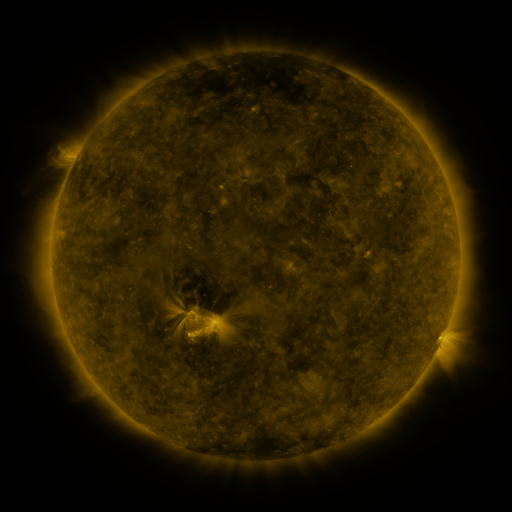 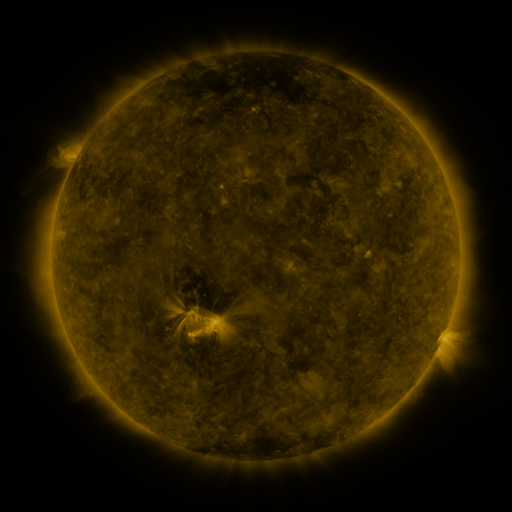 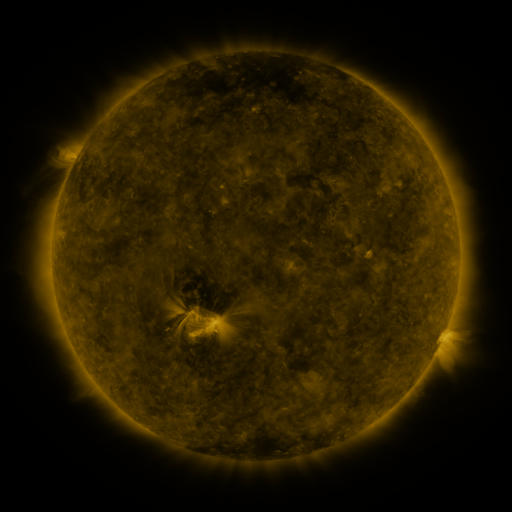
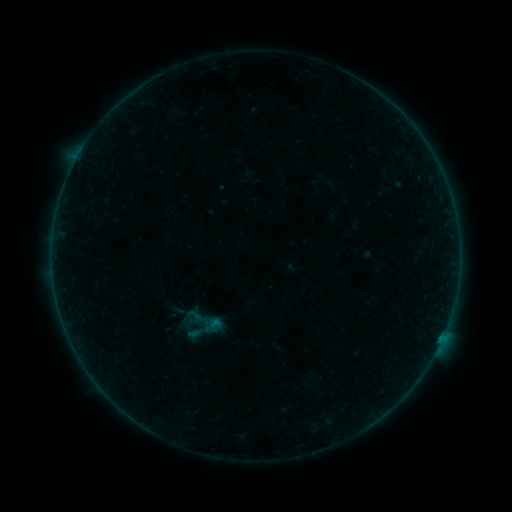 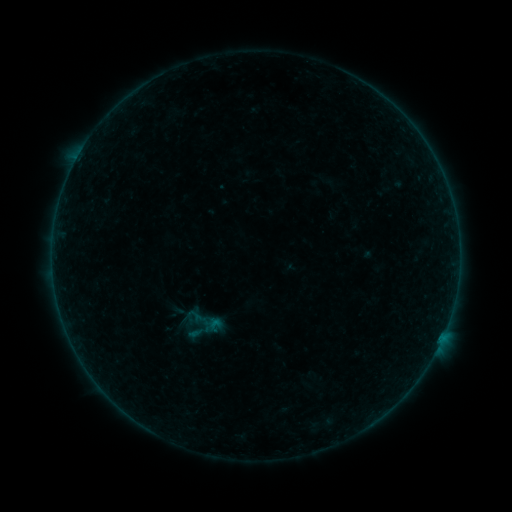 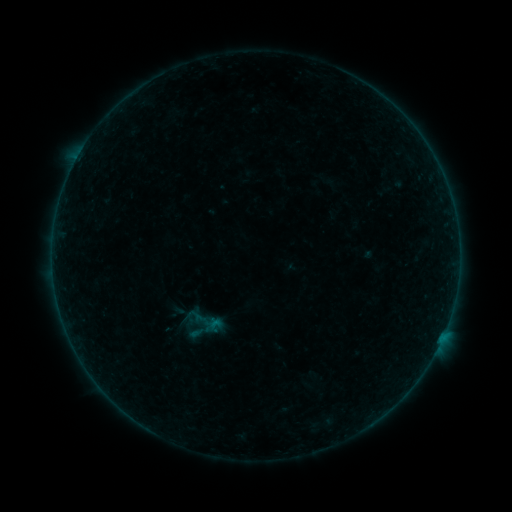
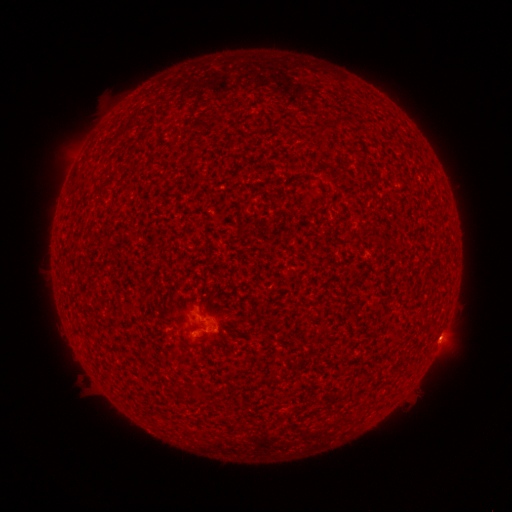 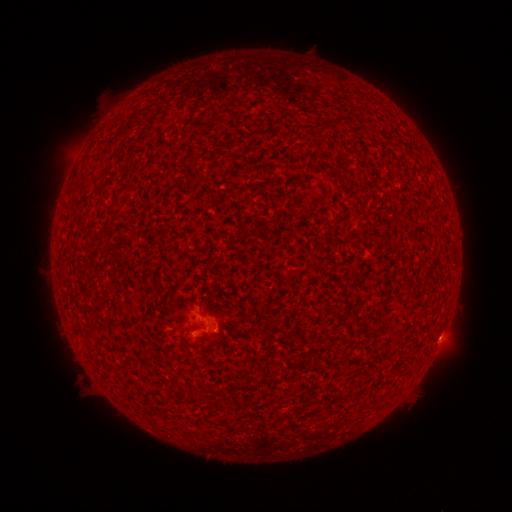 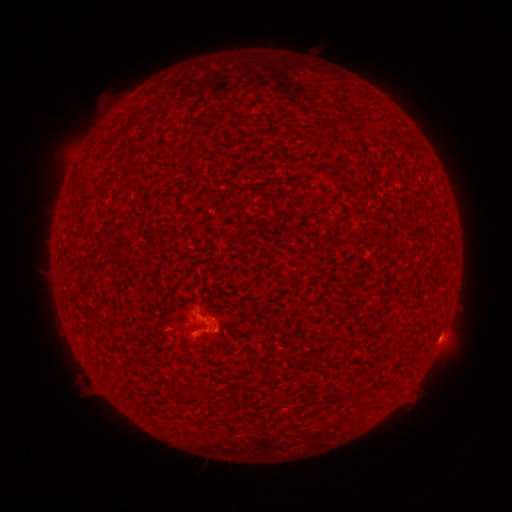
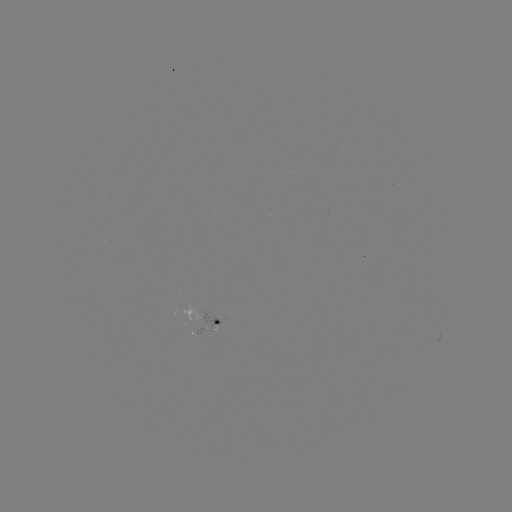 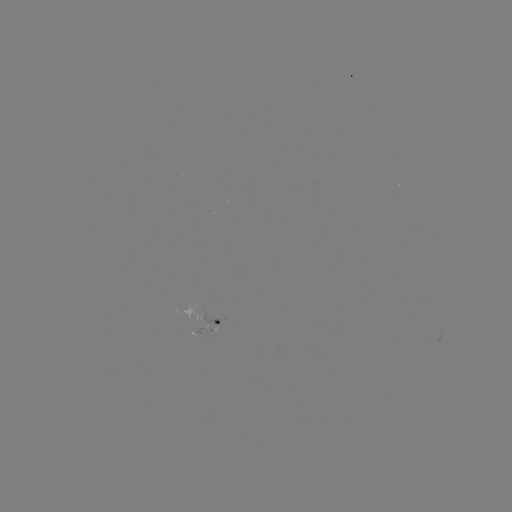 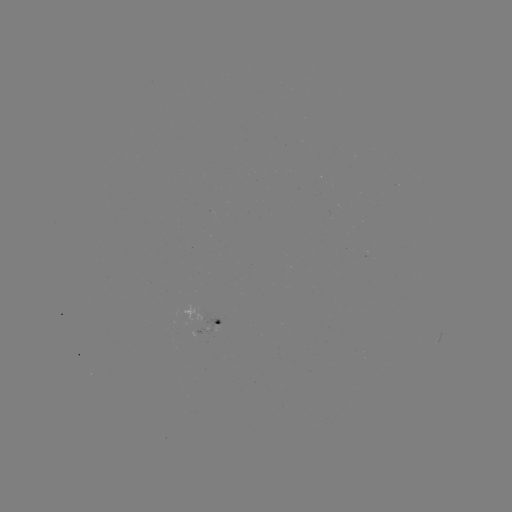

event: flare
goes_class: A7.6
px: (215, 327)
